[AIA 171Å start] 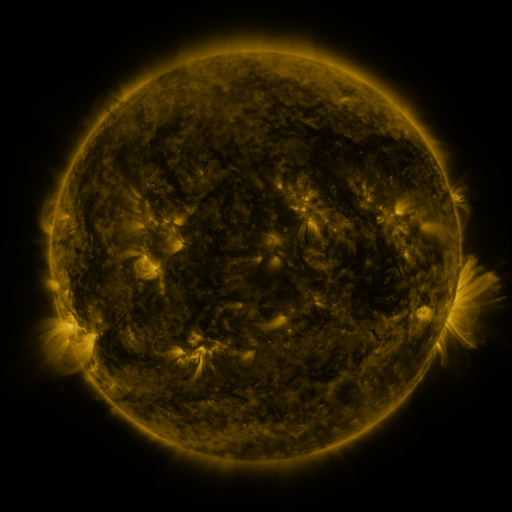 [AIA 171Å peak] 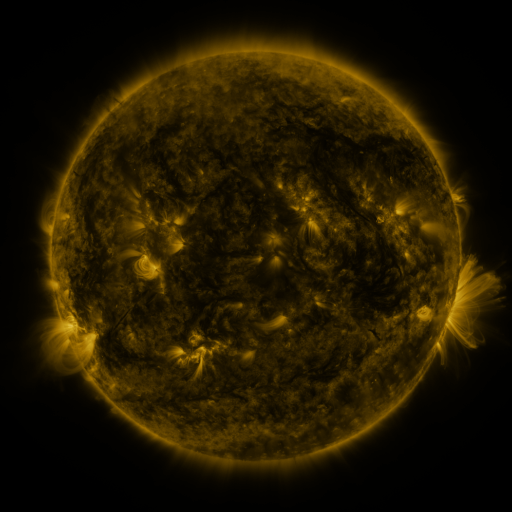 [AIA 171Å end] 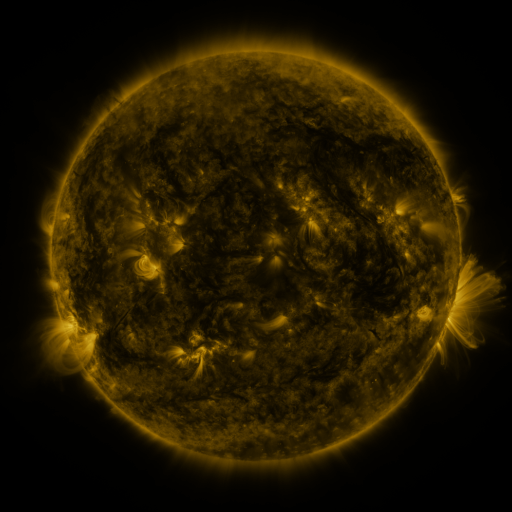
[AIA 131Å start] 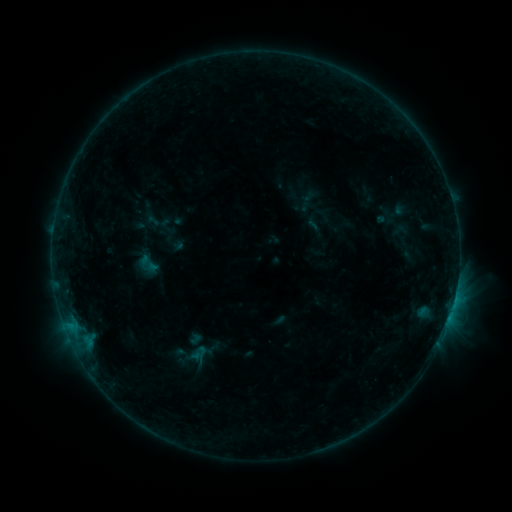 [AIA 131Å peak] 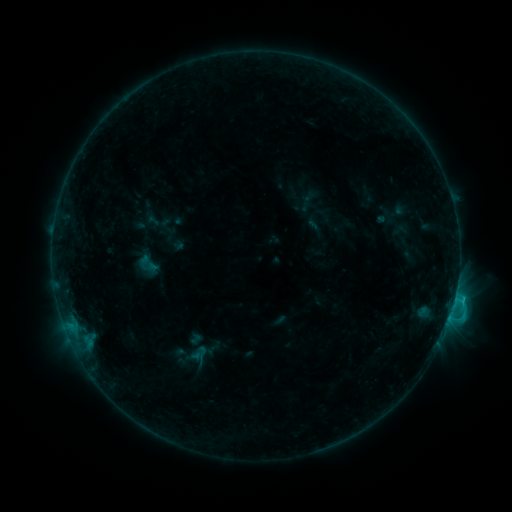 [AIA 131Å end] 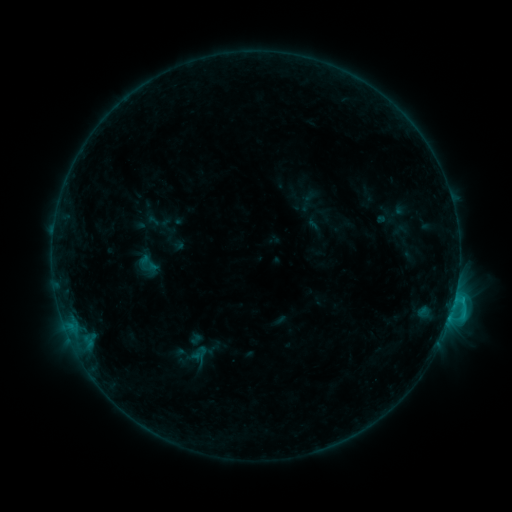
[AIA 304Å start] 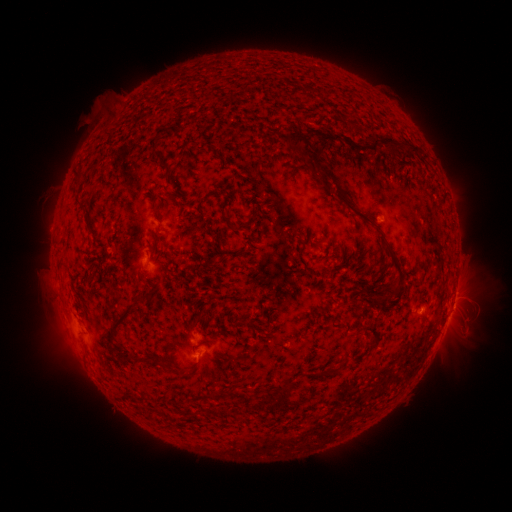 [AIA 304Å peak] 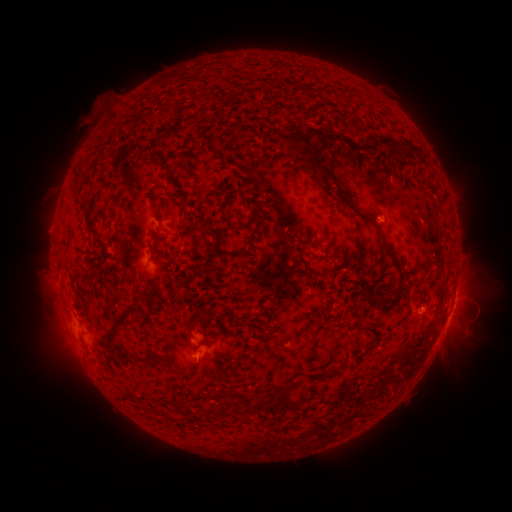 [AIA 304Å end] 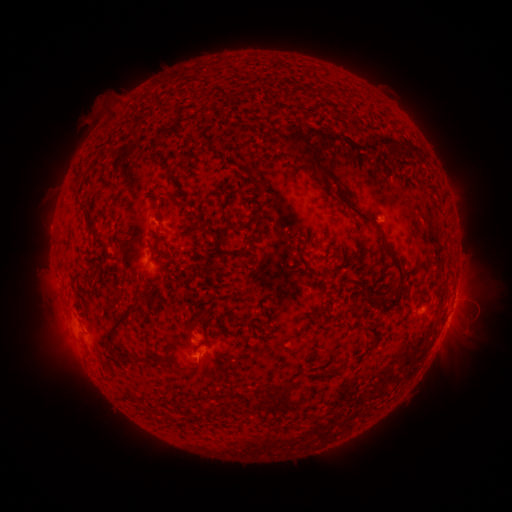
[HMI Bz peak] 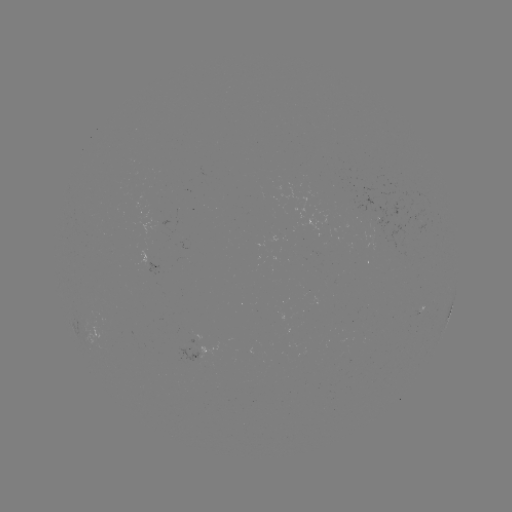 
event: flare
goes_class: C1.0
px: (447, 316)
